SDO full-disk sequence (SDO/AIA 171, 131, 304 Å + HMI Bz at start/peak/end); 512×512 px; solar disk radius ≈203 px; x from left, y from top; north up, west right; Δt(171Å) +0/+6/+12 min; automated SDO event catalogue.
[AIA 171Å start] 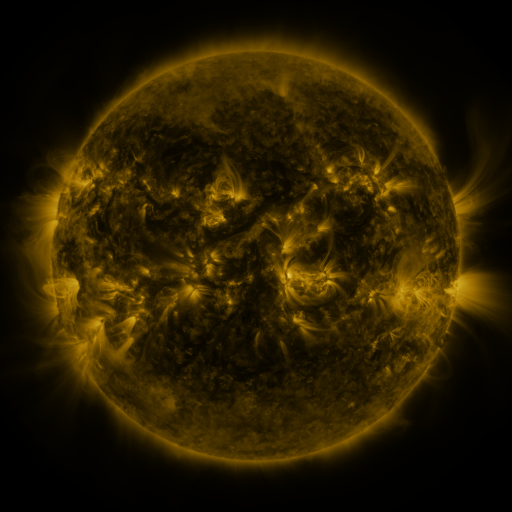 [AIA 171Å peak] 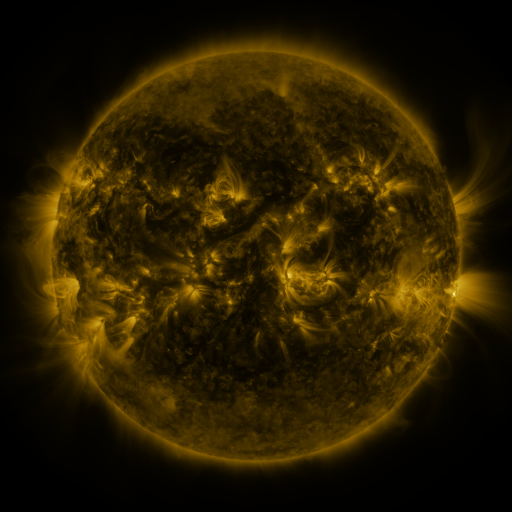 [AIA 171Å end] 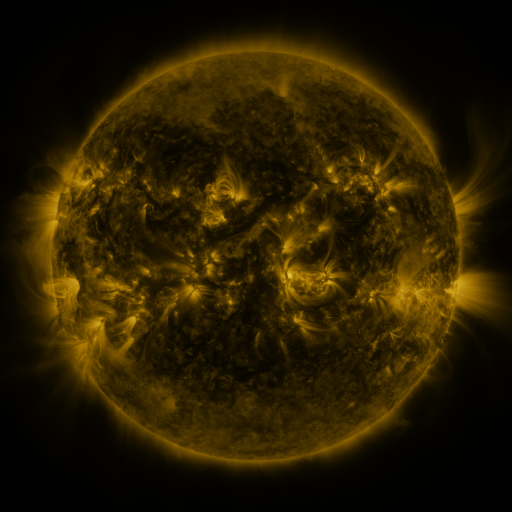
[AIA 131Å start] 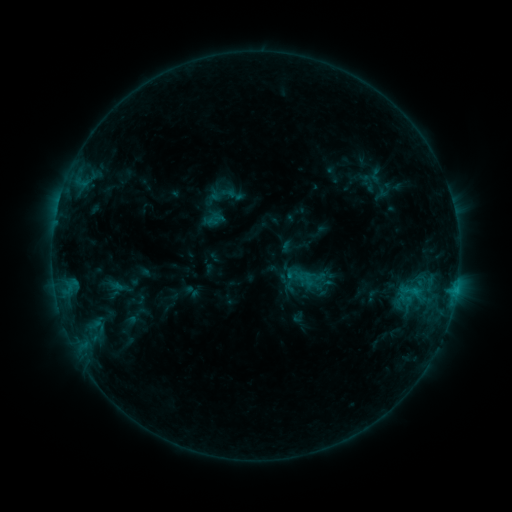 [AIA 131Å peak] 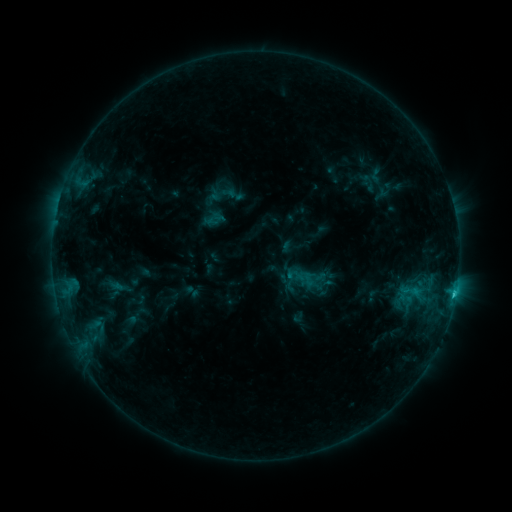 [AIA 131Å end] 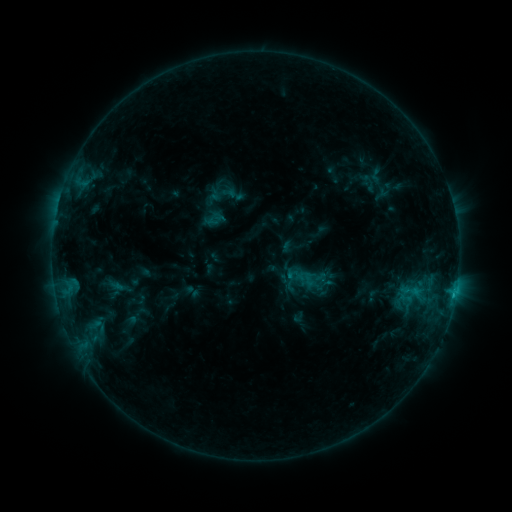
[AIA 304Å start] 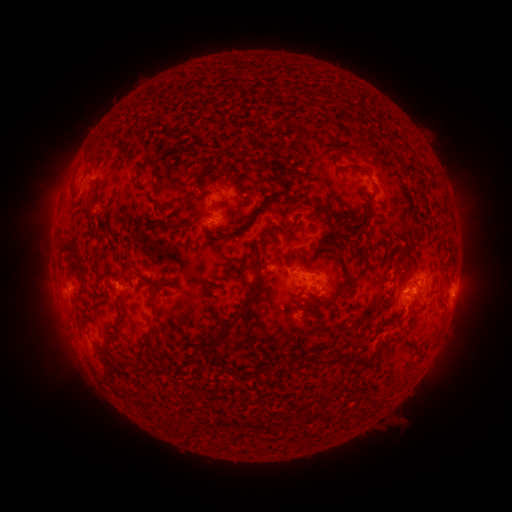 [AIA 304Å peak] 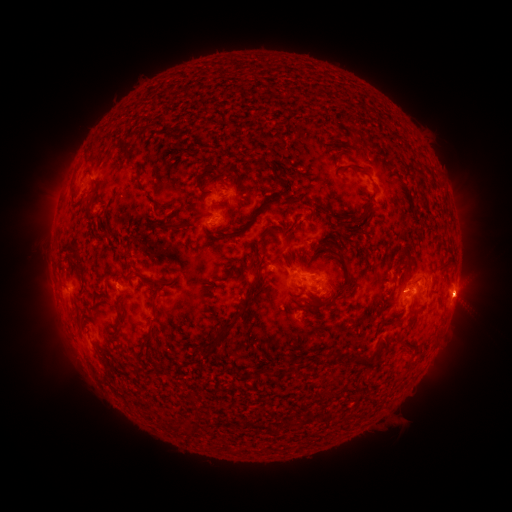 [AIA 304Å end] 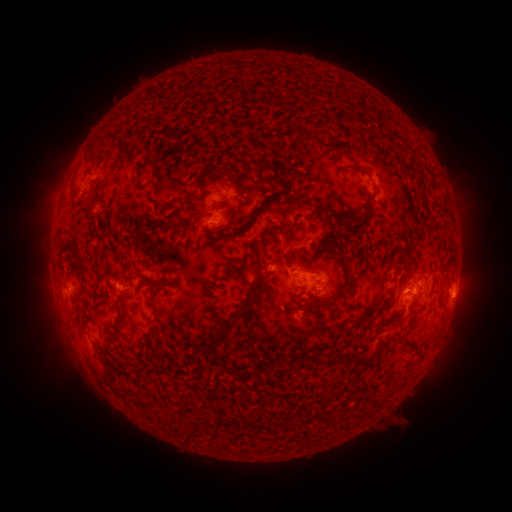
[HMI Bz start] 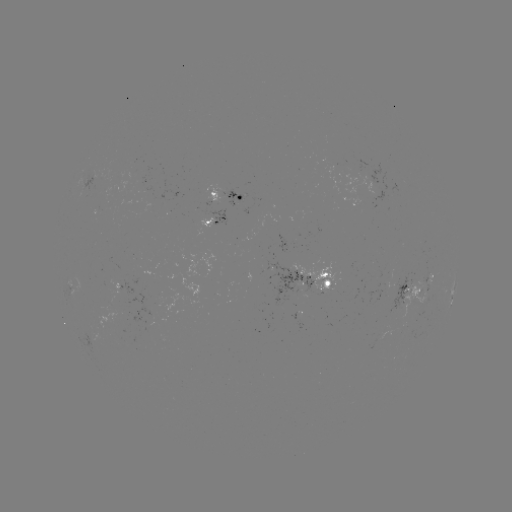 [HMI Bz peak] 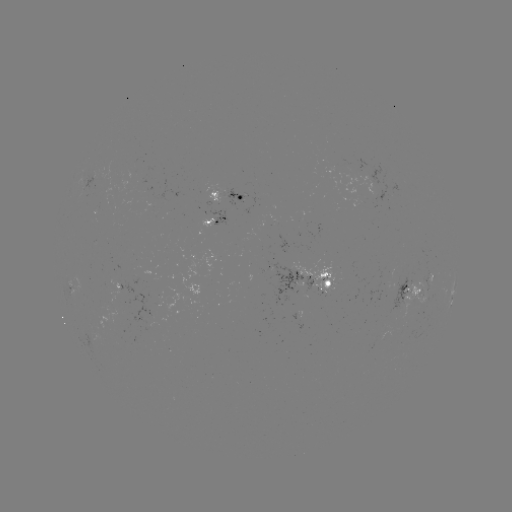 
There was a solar flare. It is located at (452, 294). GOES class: C1.1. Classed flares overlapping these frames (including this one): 1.